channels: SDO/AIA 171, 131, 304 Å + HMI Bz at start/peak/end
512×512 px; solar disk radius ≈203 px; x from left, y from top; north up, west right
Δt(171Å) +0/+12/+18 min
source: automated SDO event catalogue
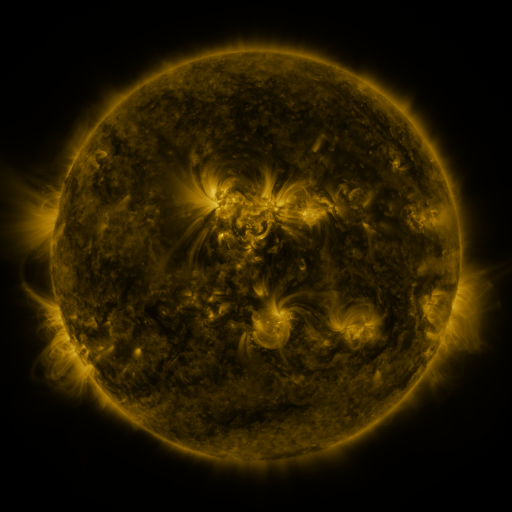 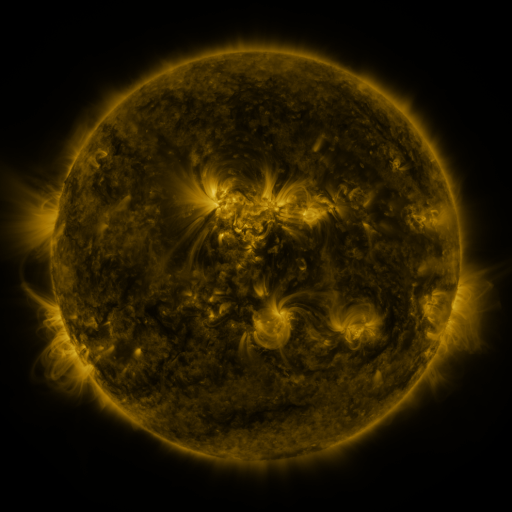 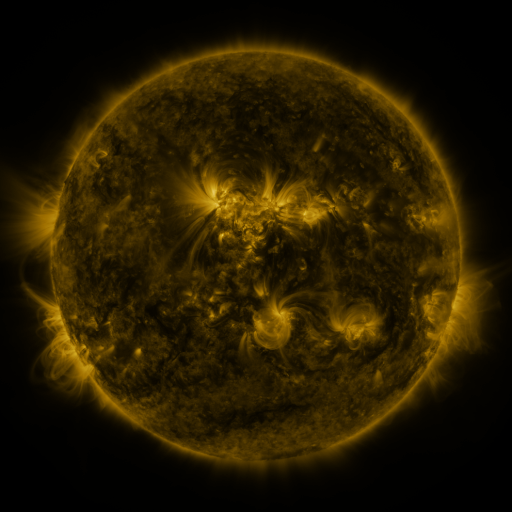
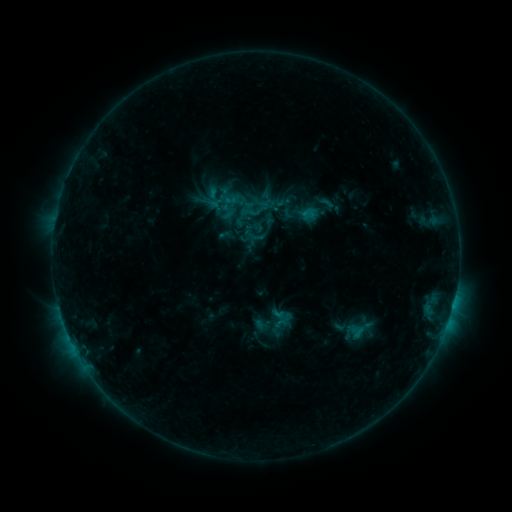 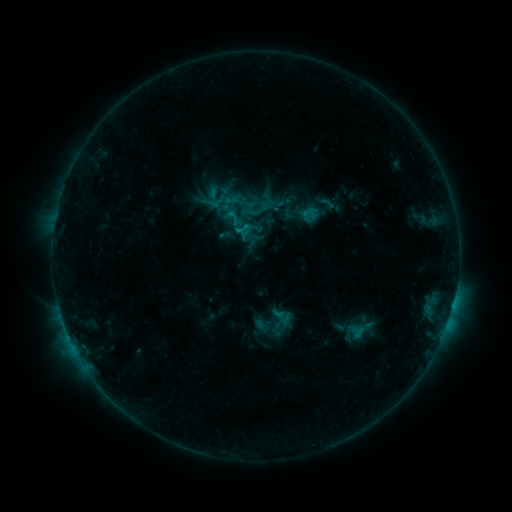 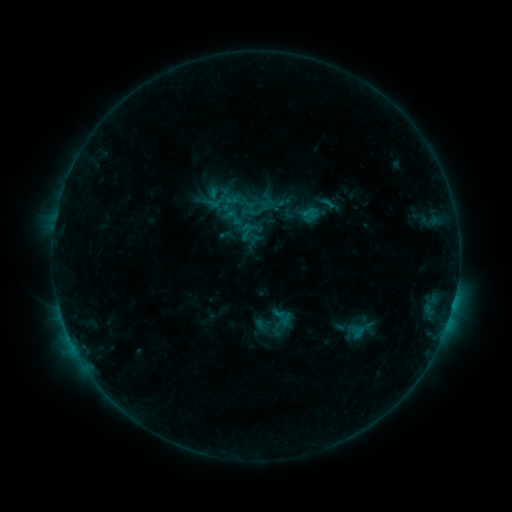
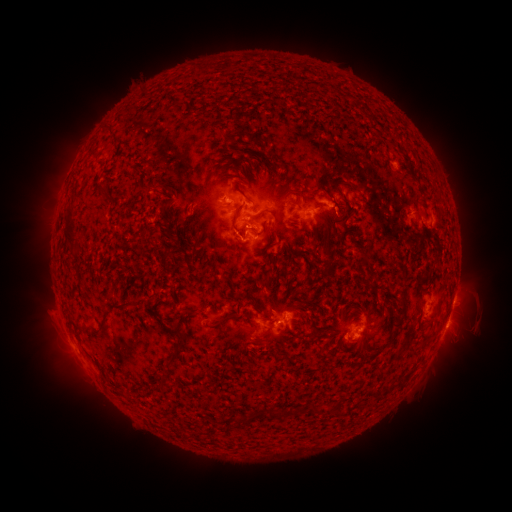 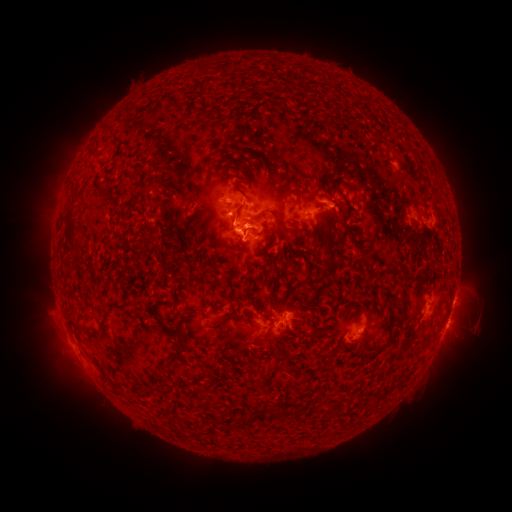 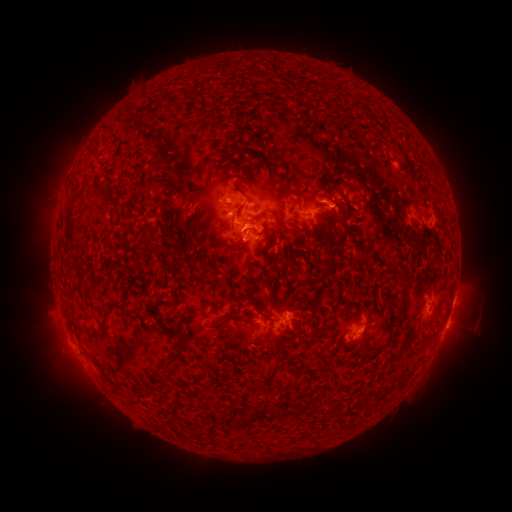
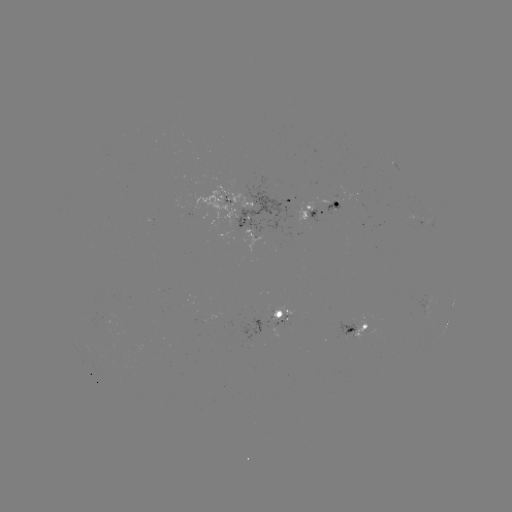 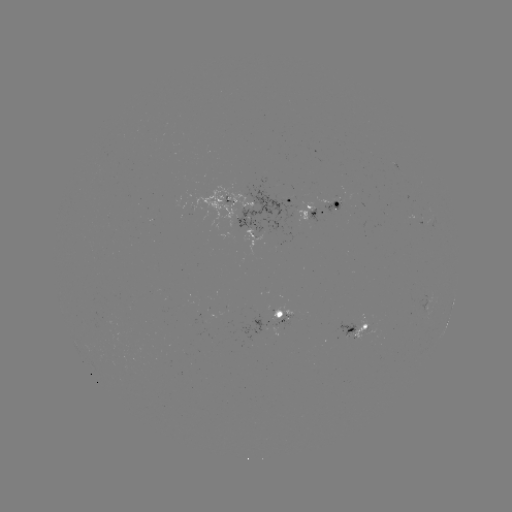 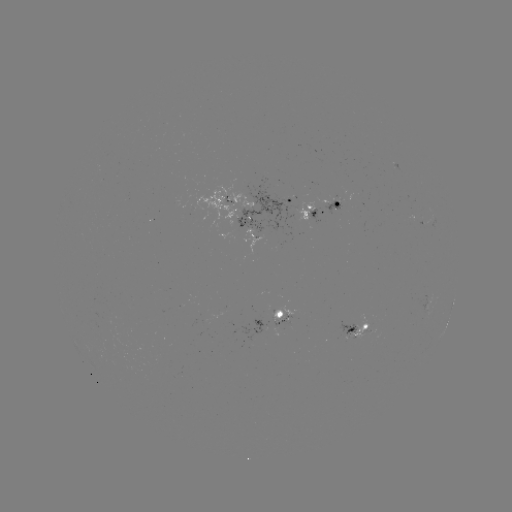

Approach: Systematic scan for C1.0 flare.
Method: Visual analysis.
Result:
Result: C1.0 flare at (241, 231).